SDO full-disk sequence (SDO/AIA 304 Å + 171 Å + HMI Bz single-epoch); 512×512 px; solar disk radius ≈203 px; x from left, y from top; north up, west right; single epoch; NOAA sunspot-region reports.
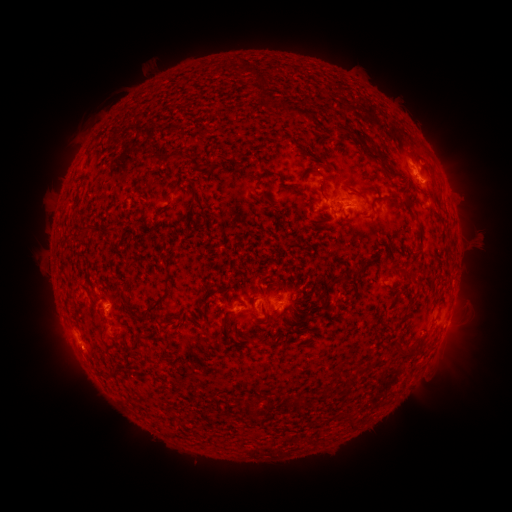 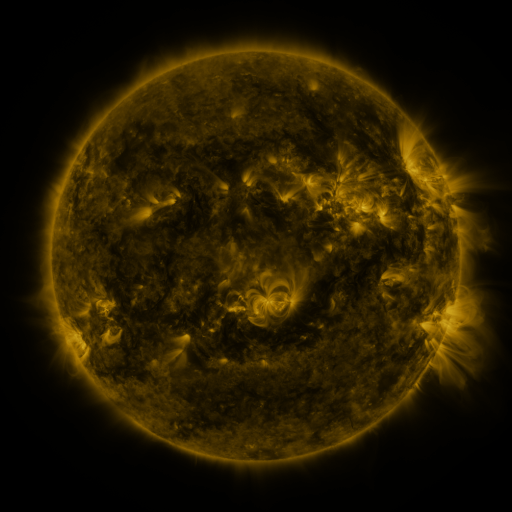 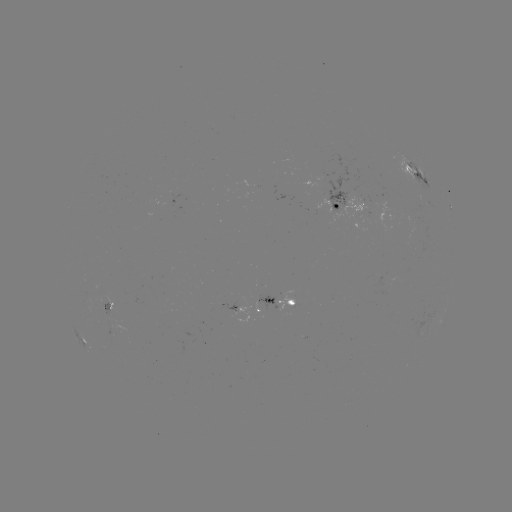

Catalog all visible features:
spotted active region: (417, 173)
spotted active region: (350, 203)
spotted active region: (449, 203)
spotted active region: (279, 299)
spotted active region: (109, 306)
spotted active region: (246, 309)
spotted active region: (85, 341)
